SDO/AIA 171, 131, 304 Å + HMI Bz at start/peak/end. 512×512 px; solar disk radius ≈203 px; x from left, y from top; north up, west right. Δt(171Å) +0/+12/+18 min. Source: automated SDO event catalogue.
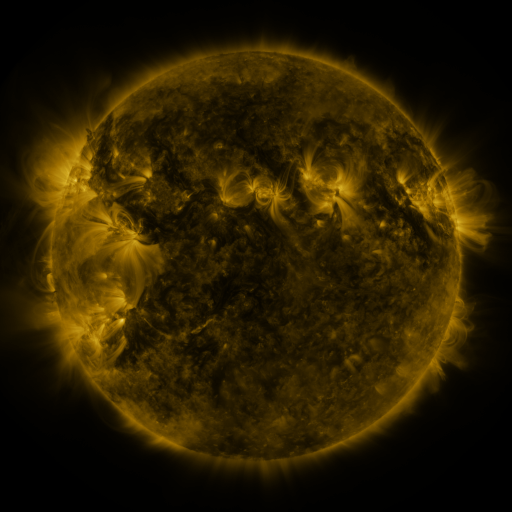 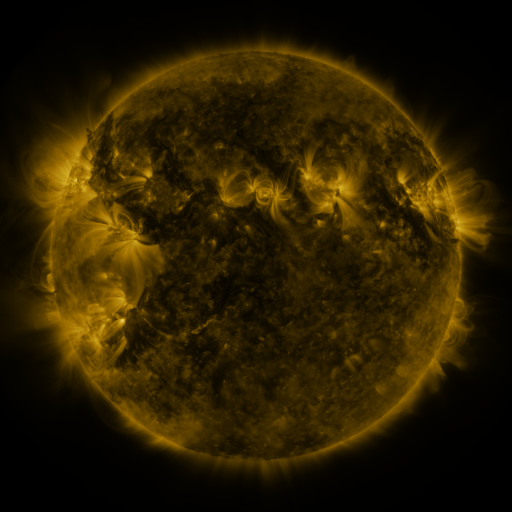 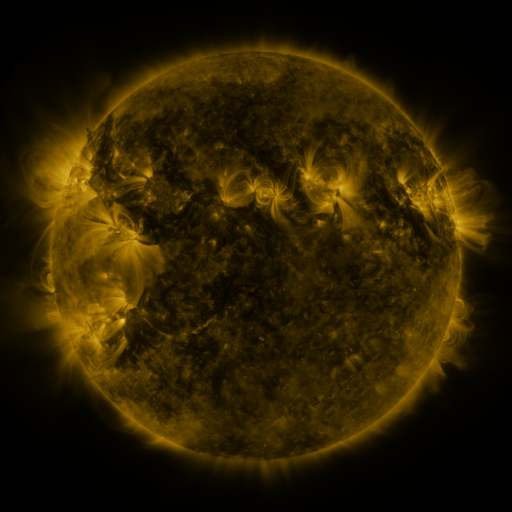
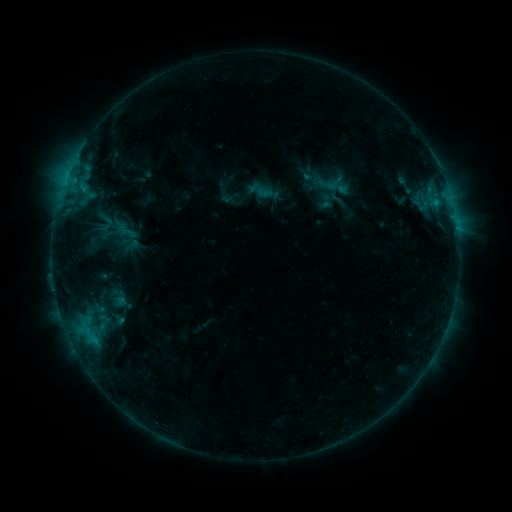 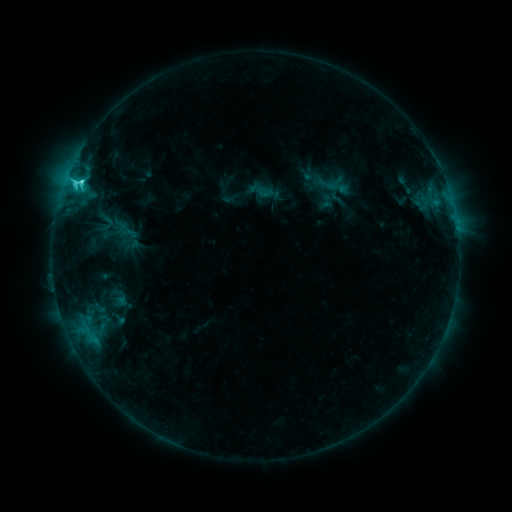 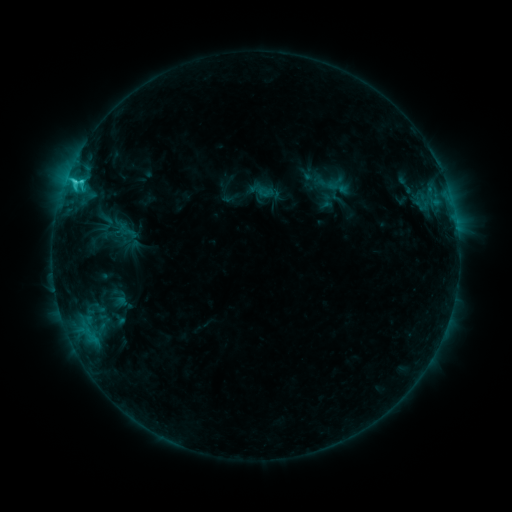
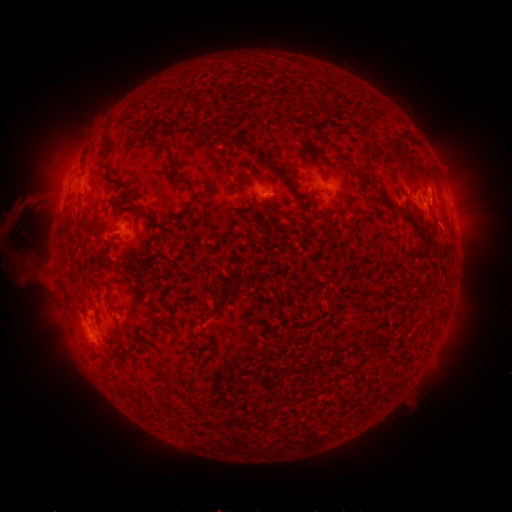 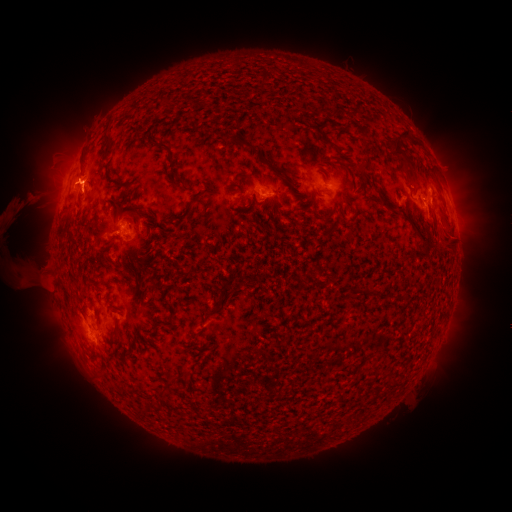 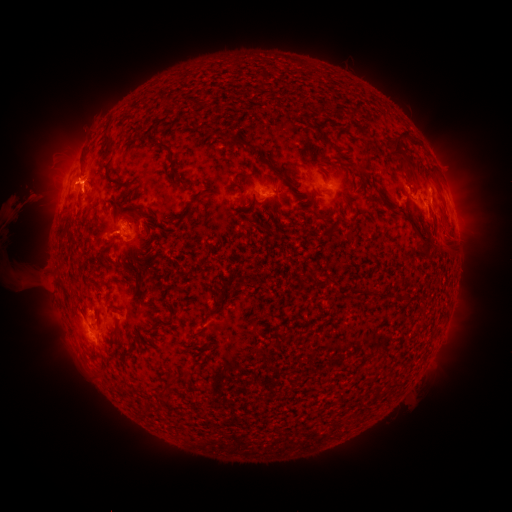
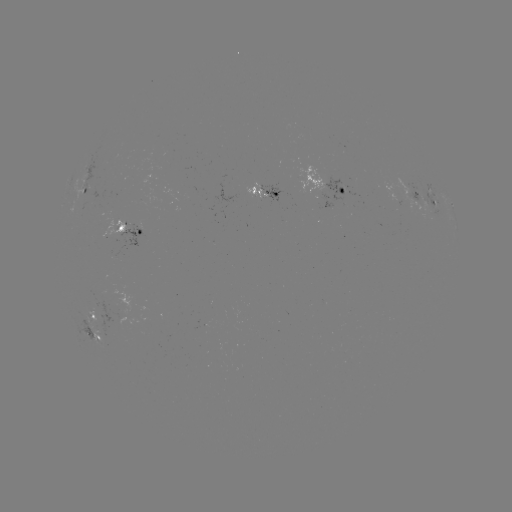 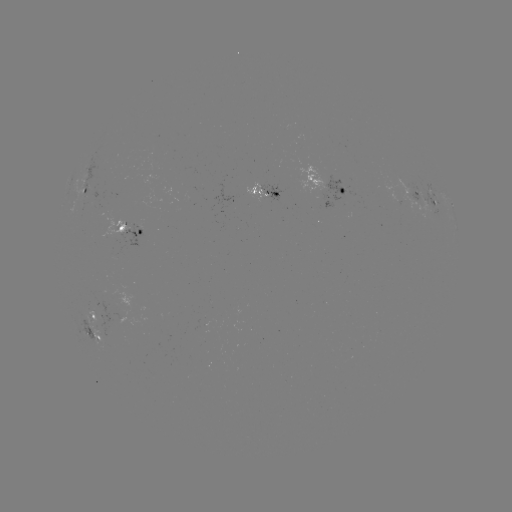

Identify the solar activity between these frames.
C3.8 flare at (81, 184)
